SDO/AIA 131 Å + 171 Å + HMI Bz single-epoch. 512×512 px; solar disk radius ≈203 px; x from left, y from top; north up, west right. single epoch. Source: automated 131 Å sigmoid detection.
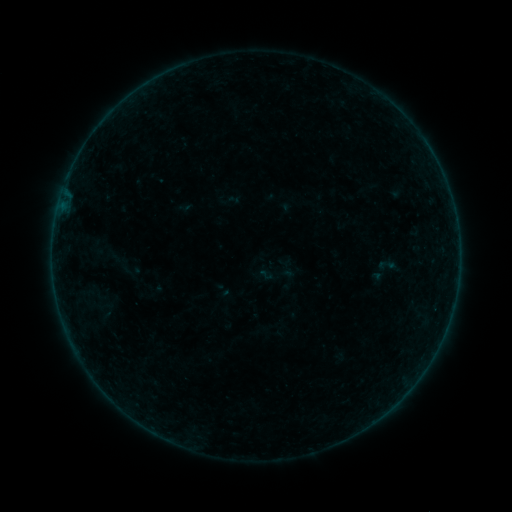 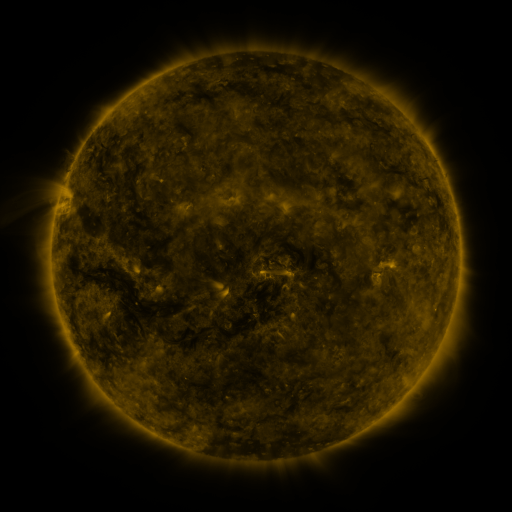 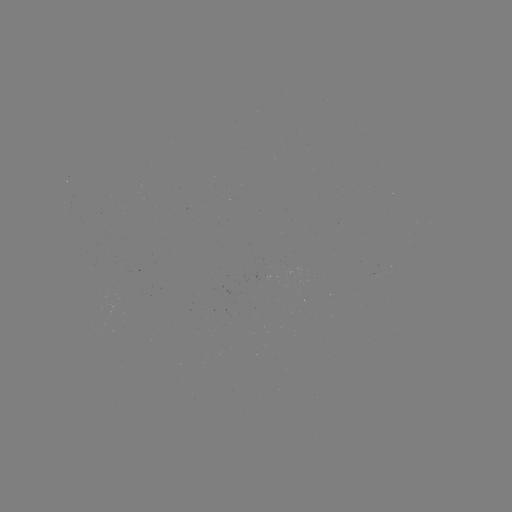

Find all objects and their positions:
sigmoid: (387, 265)
sigmoid: (277, 273)
